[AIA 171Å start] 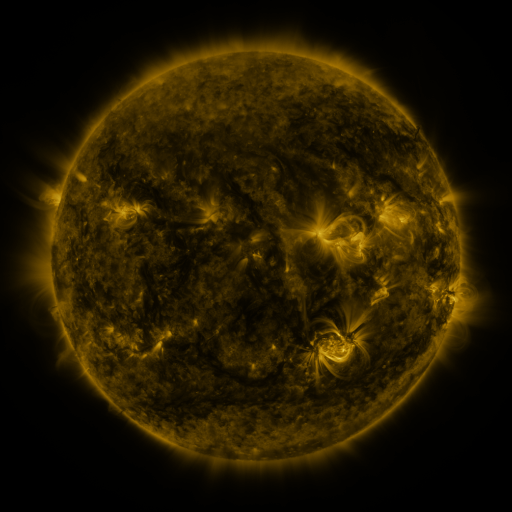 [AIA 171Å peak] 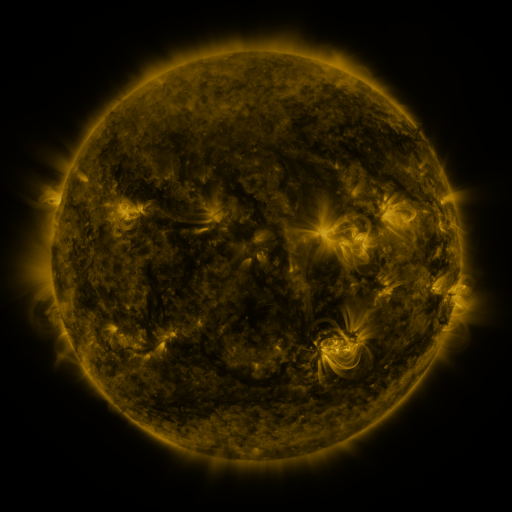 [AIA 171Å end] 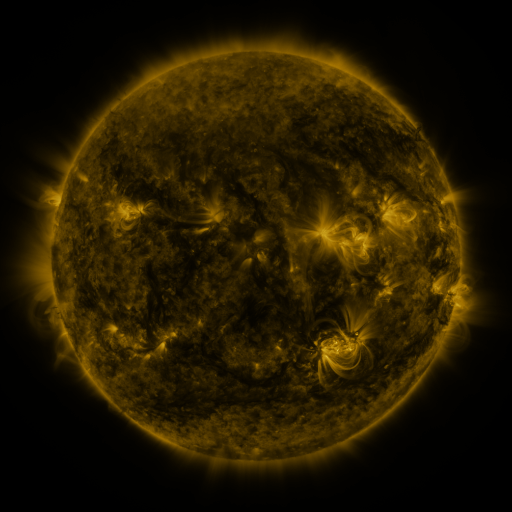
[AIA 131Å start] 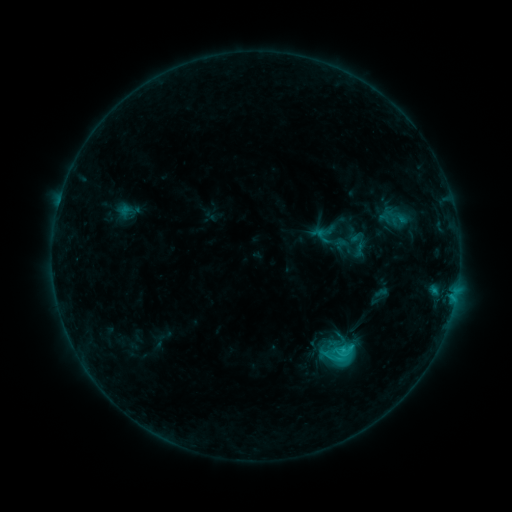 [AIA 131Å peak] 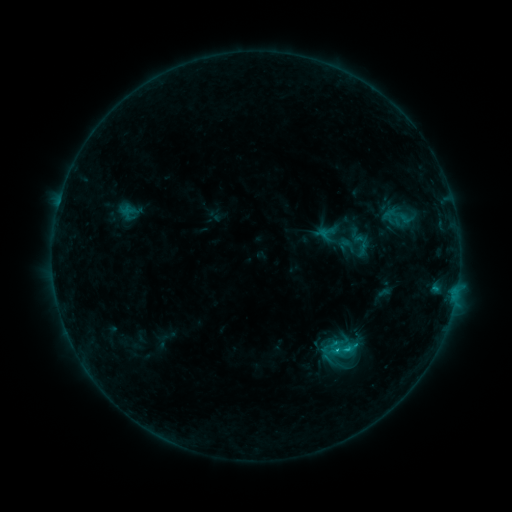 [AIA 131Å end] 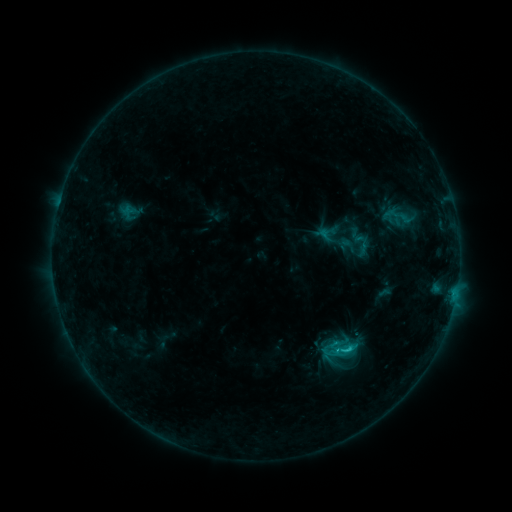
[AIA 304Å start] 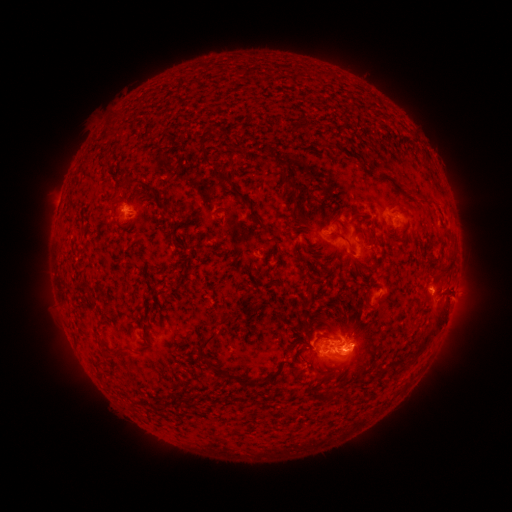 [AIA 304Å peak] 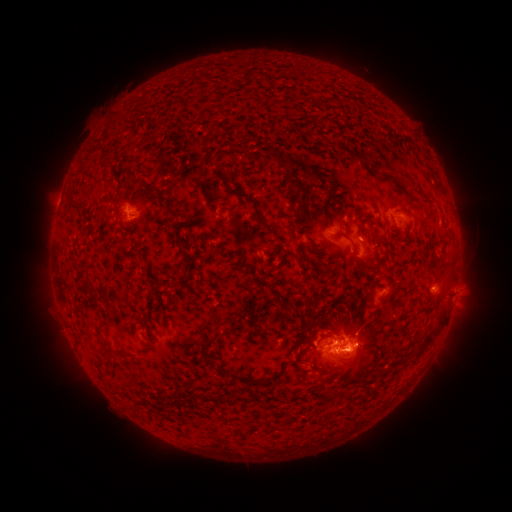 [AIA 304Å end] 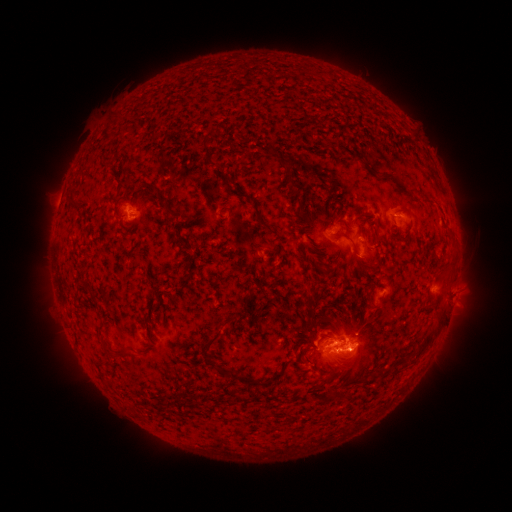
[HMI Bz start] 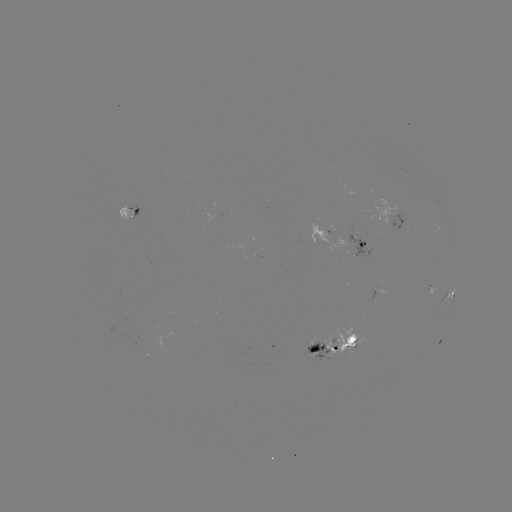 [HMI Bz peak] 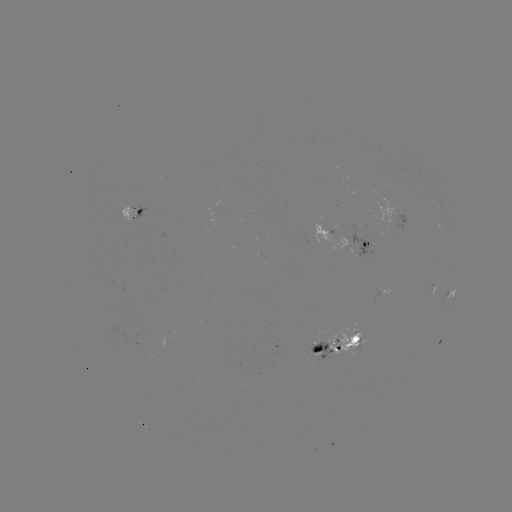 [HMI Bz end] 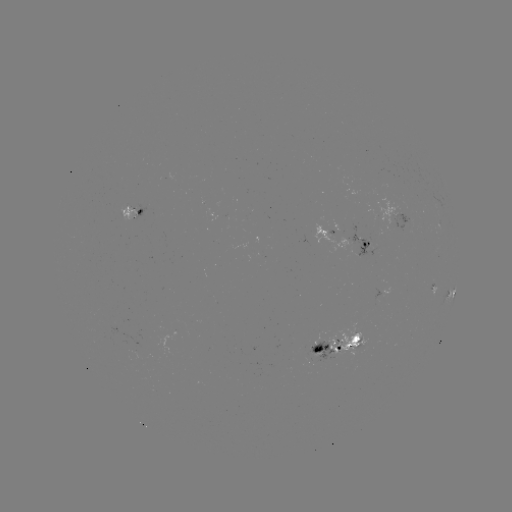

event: emerging-flux region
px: (318, 351)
